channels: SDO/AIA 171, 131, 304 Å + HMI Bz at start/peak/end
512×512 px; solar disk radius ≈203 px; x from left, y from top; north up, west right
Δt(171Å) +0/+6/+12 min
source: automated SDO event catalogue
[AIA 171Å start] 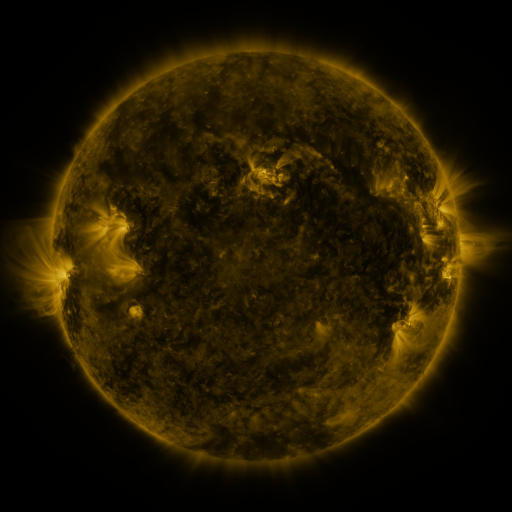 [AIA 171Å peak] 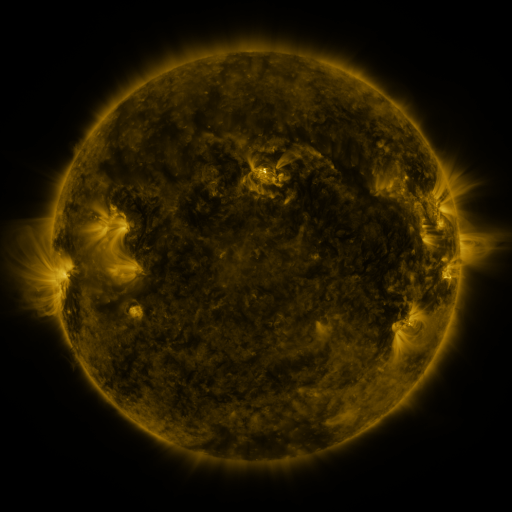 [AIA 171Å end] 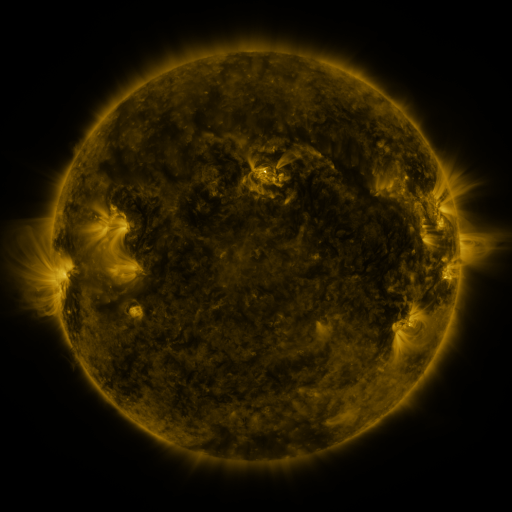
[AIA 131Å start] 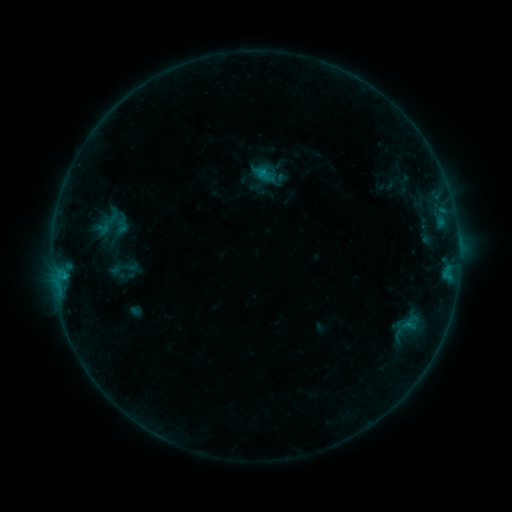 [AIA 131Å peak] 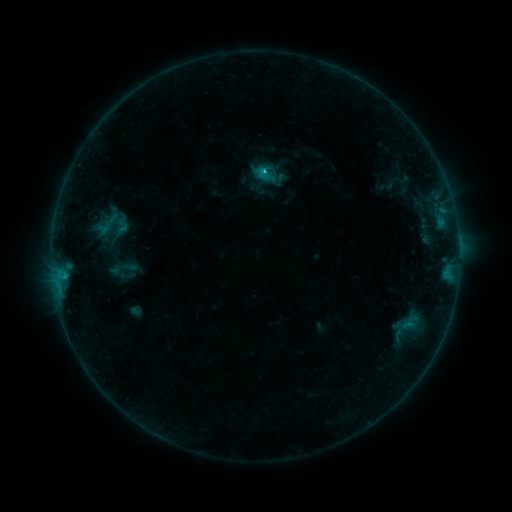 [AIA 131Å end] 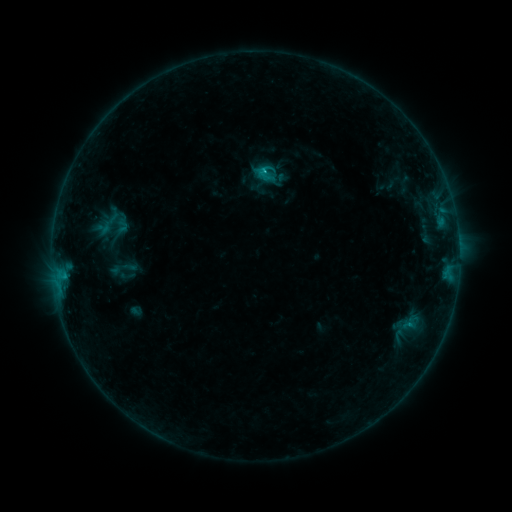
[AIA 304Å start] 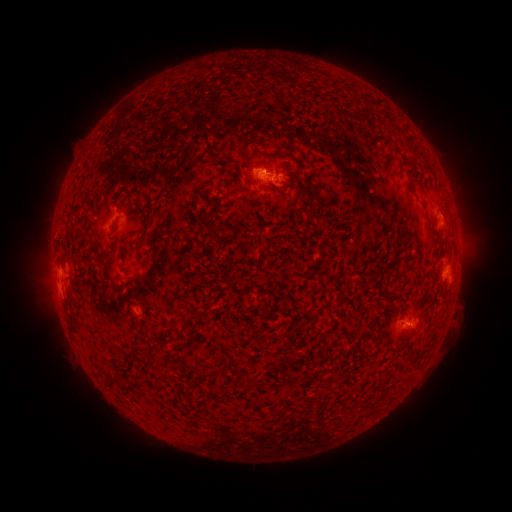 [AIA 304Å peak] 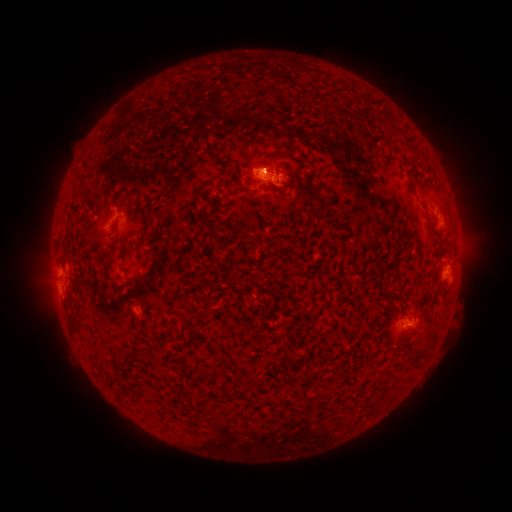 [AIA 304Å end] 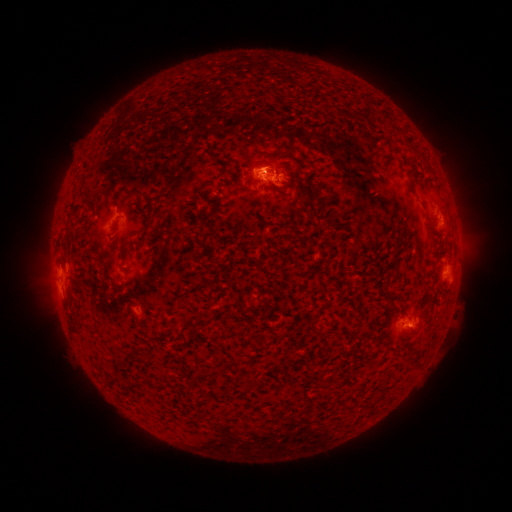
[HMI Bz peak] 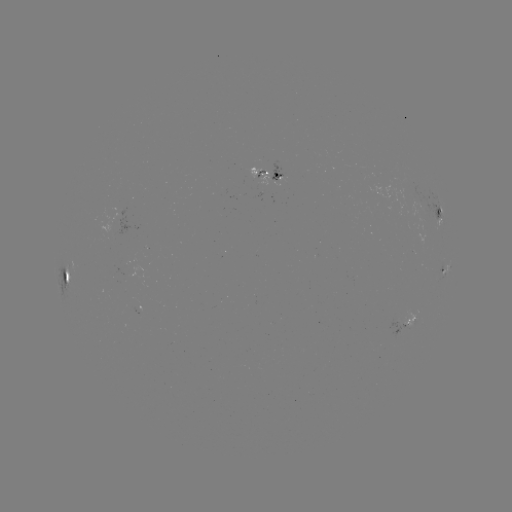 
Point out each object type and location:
C1.3 flare: (262, 171)
